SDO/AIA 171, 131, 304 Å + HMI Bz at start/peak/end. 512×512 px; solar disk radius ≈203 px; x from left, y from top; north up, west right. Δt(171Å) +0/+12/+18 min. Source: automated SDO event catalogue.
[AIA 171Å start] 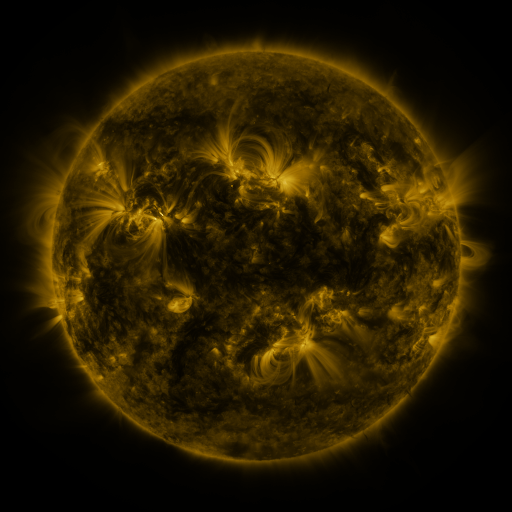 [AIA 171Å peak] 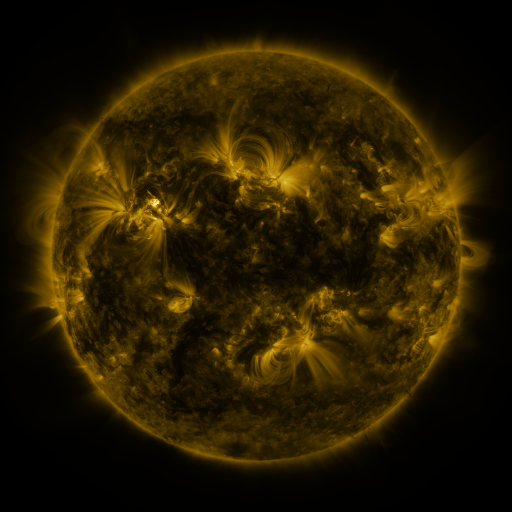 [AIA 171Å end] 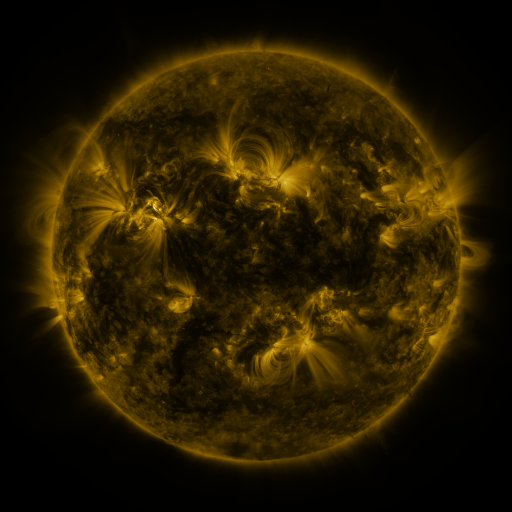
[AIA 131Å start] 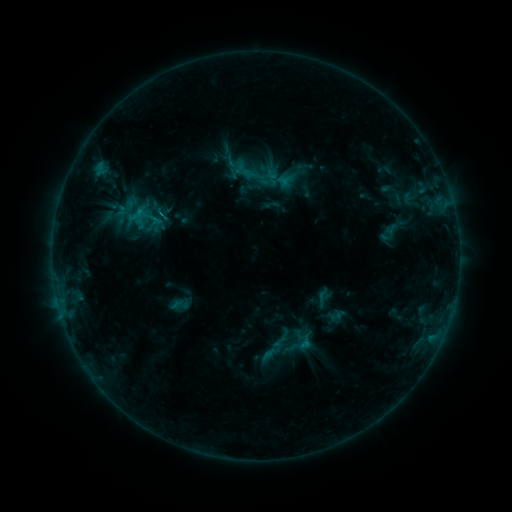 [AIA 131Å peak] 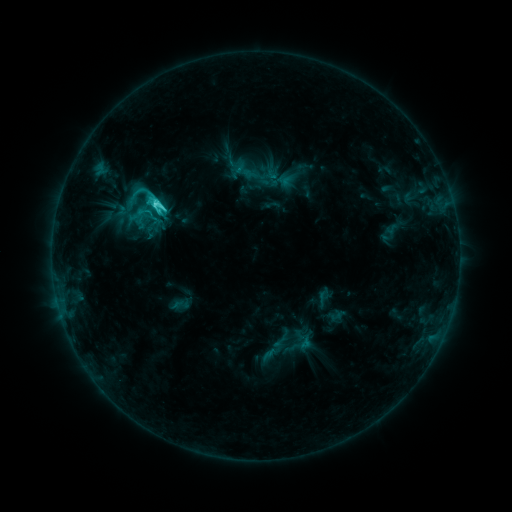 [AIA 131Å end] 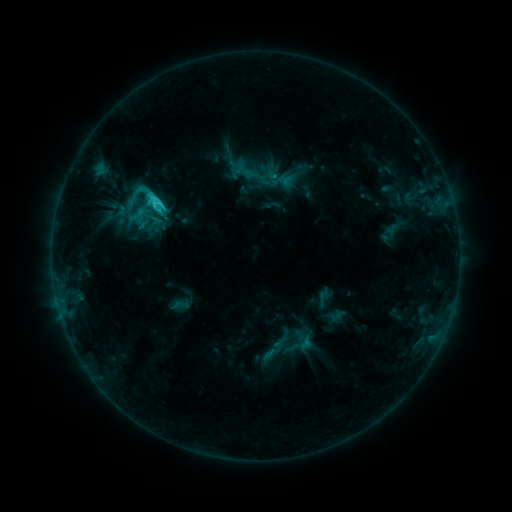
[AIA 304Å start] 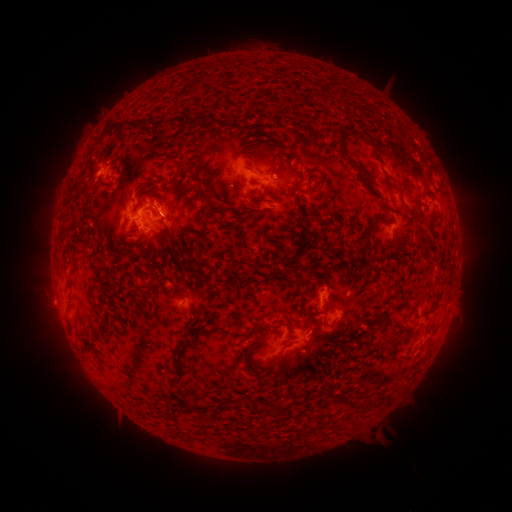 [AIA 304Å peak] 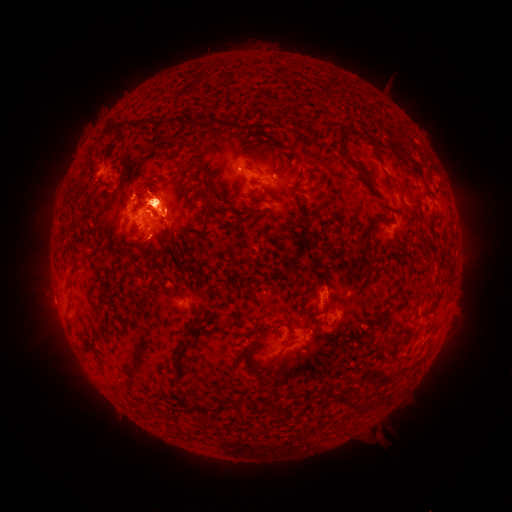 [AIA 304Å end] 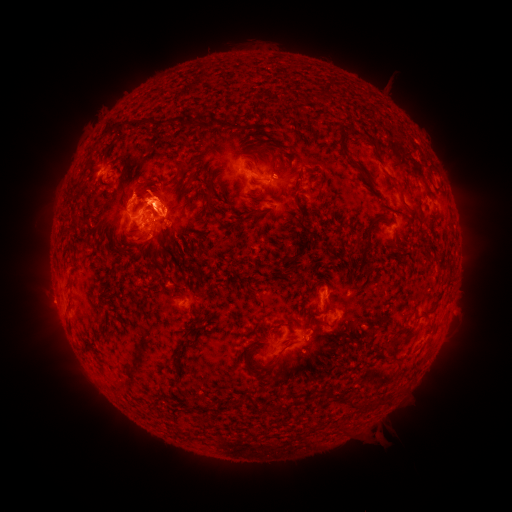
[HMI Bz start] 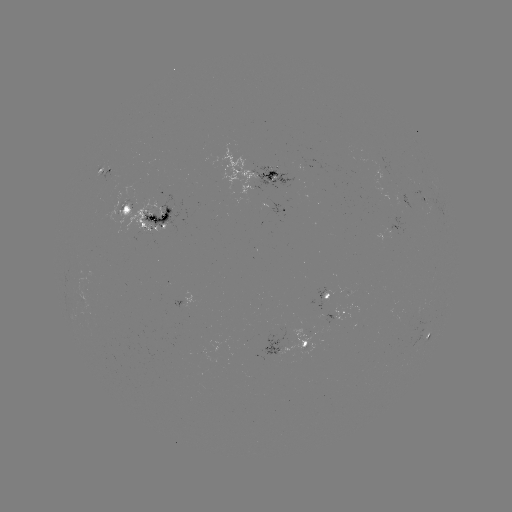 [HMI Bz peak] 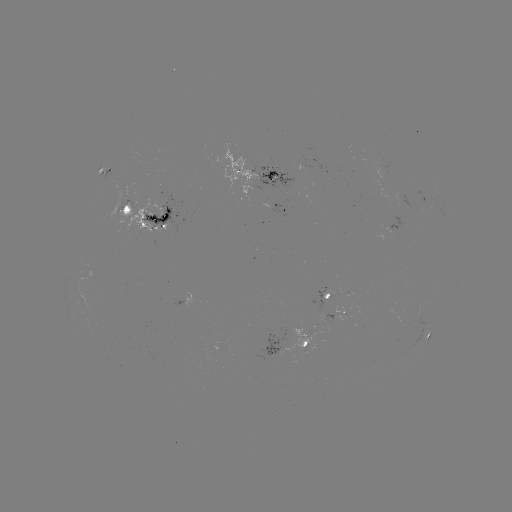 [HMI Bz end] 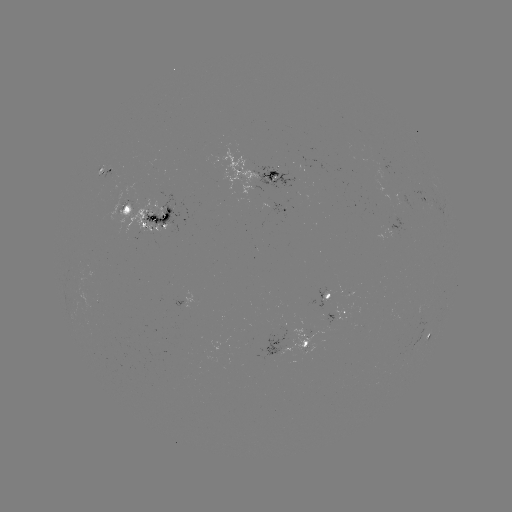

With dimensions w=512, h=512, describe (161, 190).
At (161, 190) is eruption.